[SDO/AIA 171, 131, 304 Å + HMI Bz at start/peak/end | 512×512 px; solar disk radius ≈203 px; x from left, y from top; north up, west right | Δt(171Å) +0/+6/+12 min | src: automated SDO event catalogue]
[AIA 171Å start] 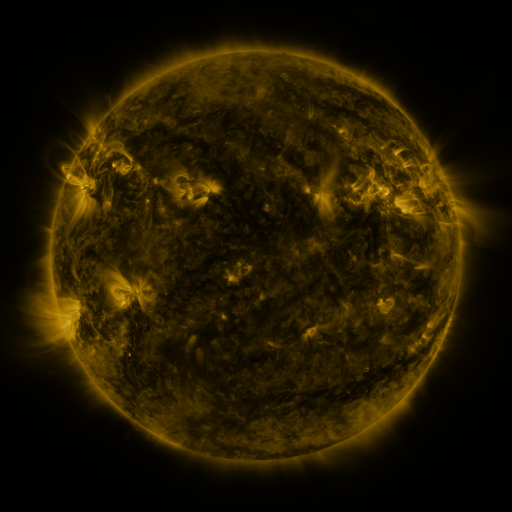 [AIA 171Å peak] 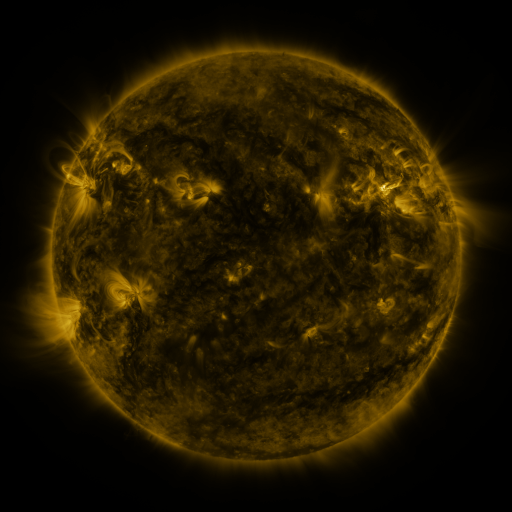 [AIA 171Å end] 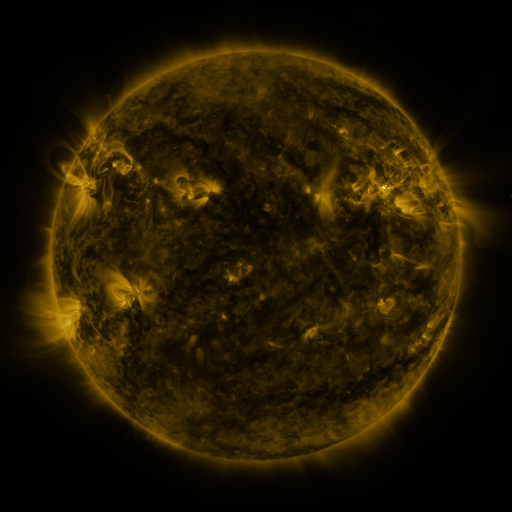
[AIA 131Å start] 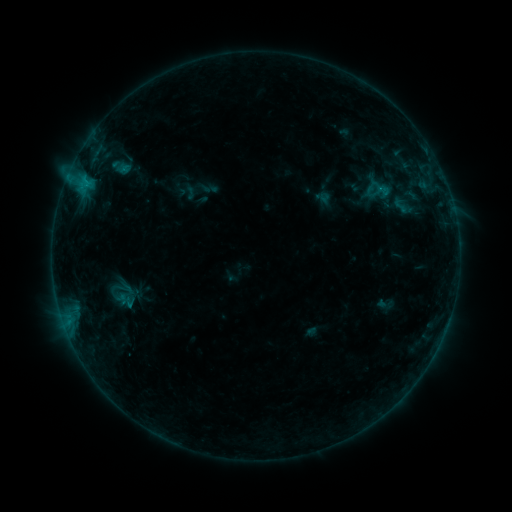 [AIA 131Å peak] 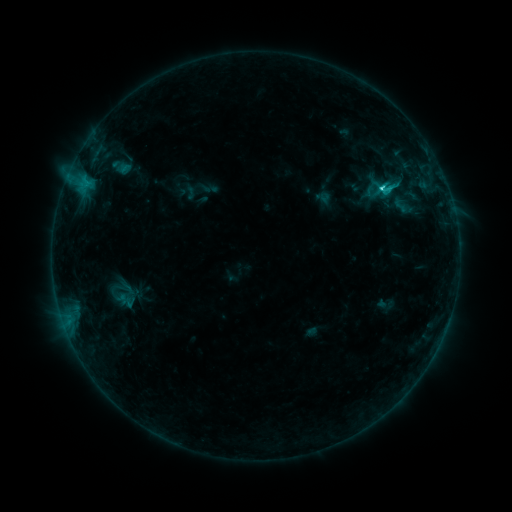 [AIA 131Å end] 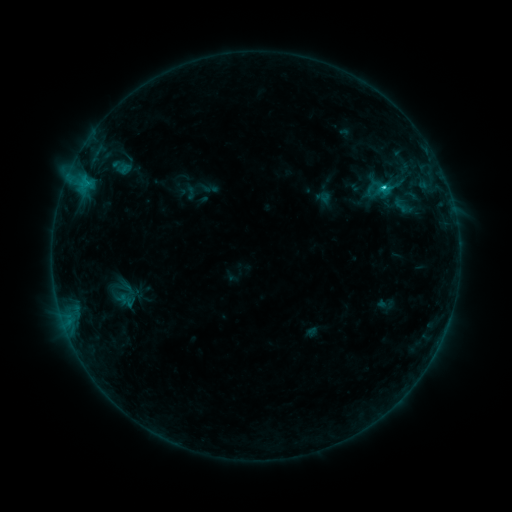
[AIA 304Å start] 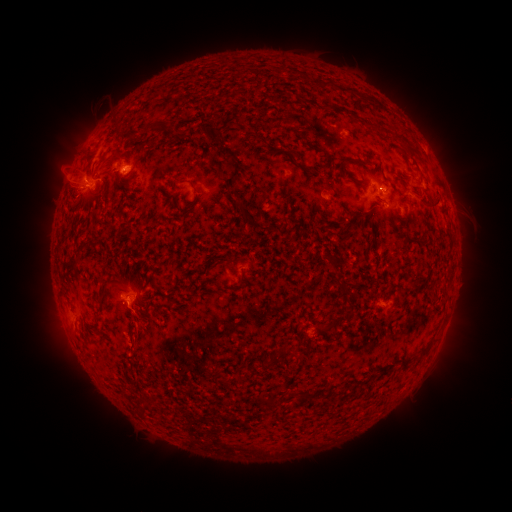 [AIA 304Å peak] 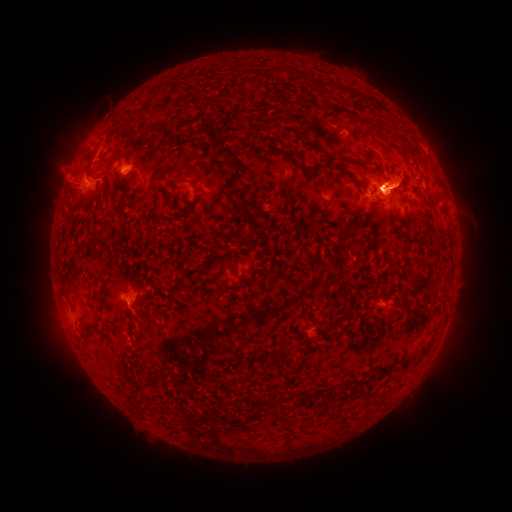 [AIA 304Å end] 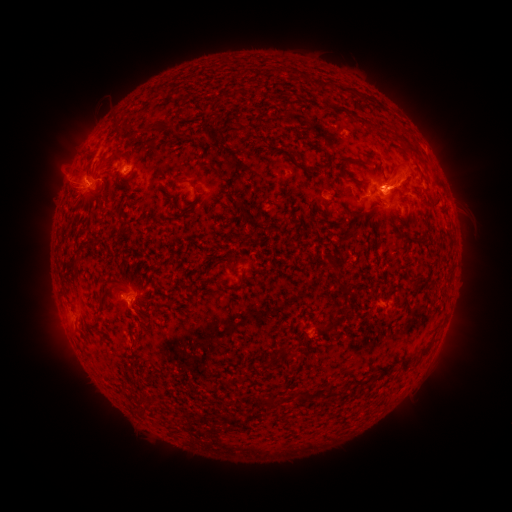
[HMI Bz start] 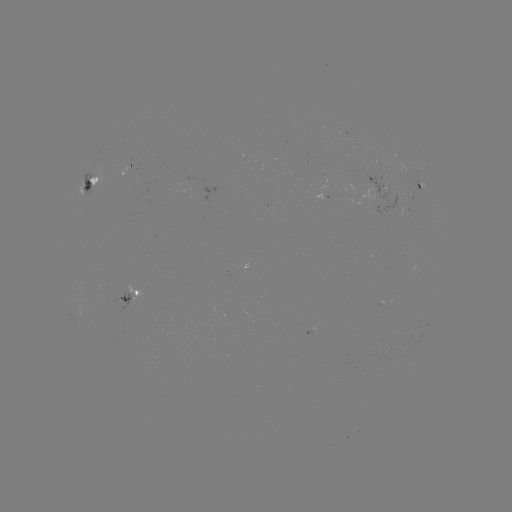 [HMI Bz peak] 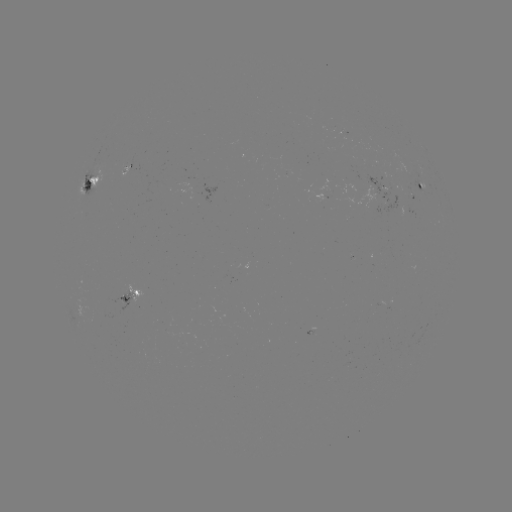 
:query C3.2 flare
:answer (380, 191)